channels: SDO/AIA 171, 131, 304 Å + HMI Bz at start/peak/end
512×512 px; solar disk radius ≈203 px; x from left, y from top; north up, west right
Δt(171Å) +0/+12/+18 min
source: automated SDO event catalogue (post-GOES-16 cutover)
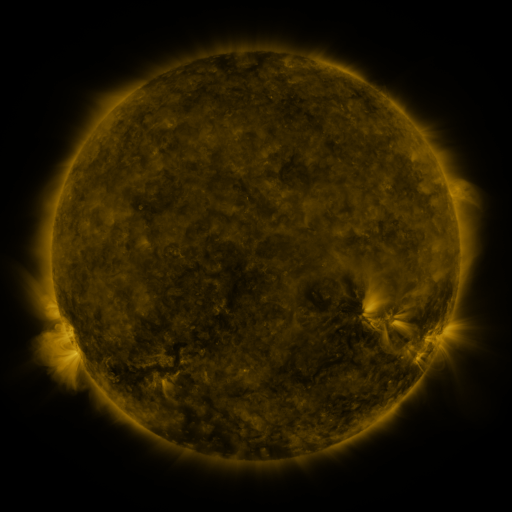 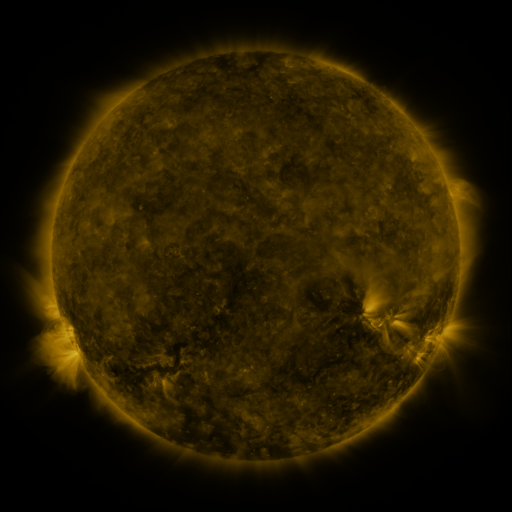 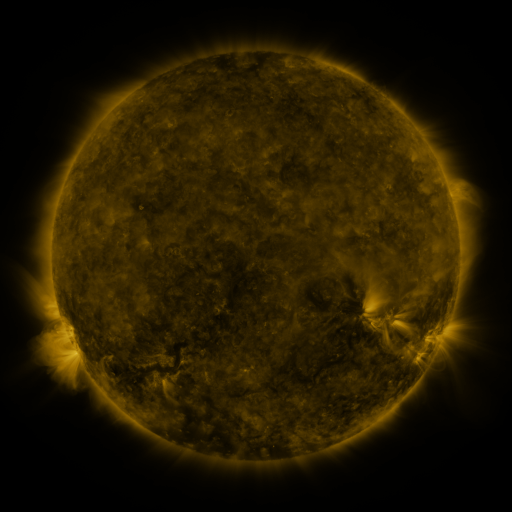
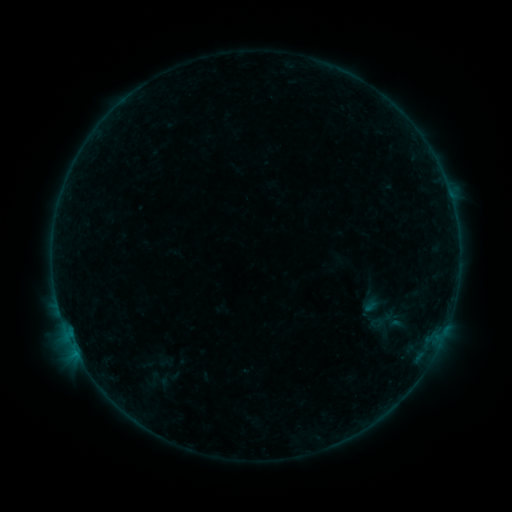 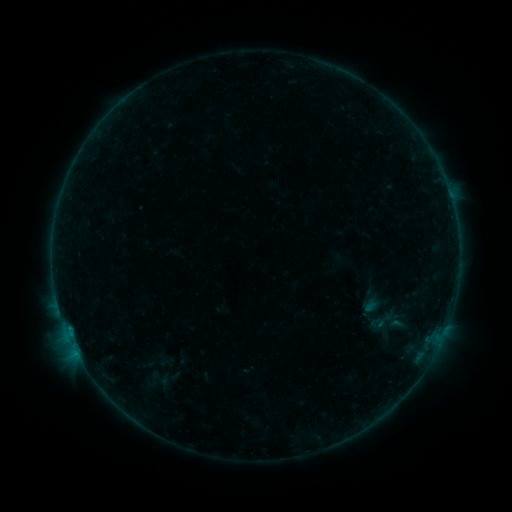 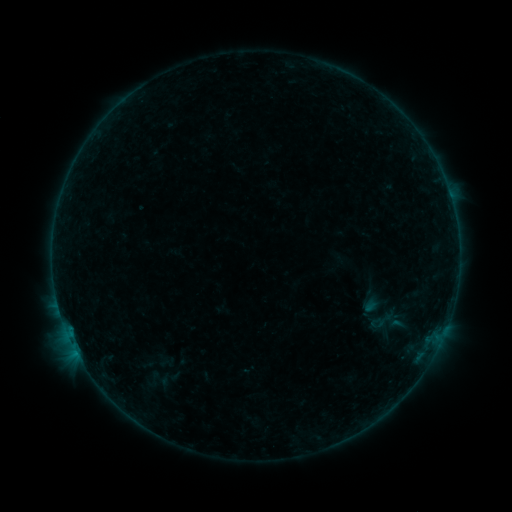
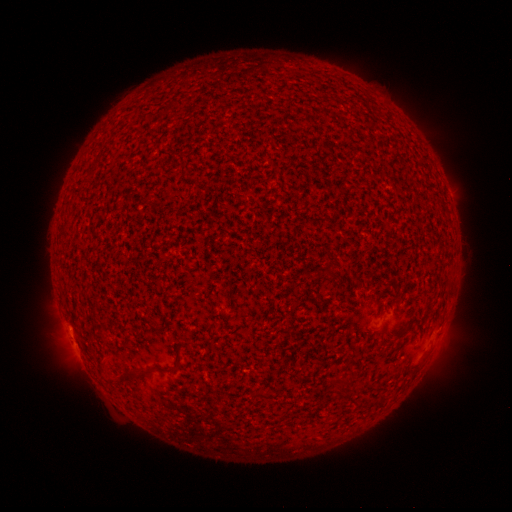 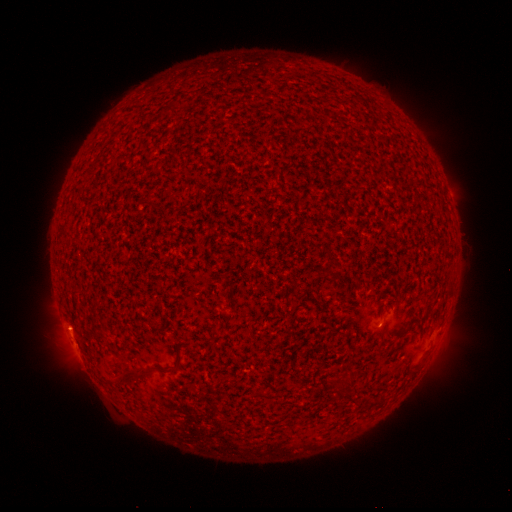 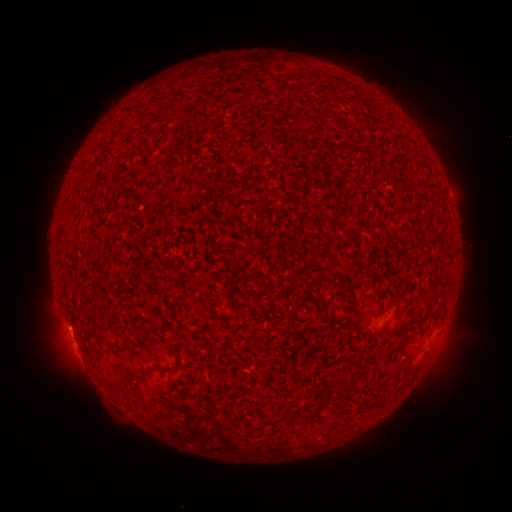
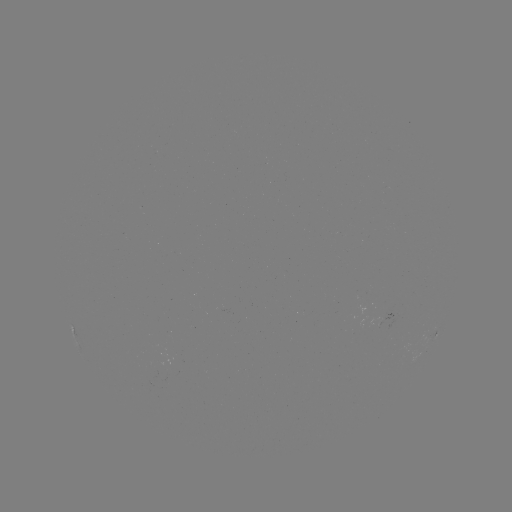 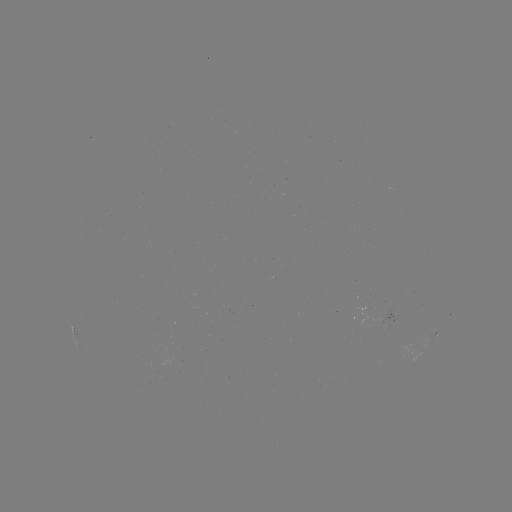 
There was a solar flare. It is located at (70, 328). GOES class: B1.3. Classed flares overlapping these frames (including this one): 1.